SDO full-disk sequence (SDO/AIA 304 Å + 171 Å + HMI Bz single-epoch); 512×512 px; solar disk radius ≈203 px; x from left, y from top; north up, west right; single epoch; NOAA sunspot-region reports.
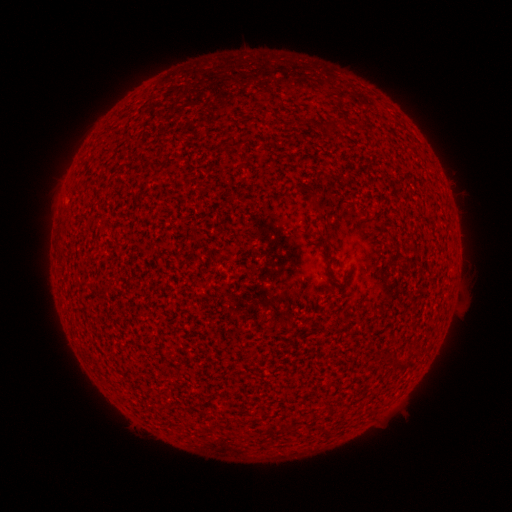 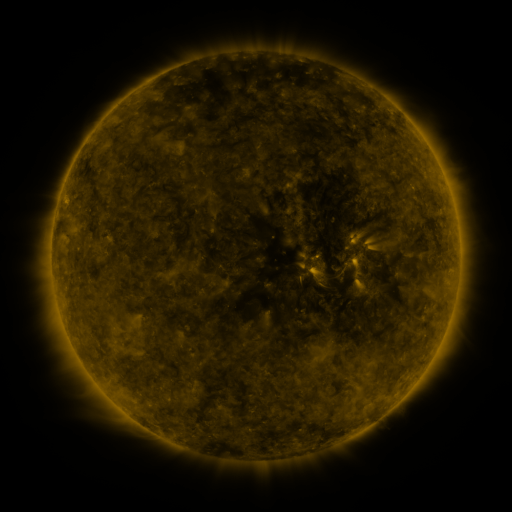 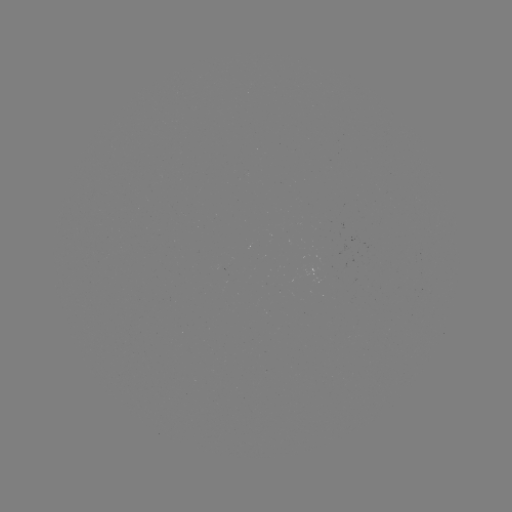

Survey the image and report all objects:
(none)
